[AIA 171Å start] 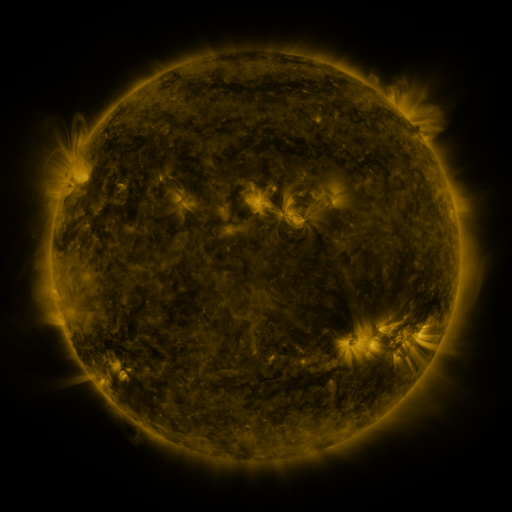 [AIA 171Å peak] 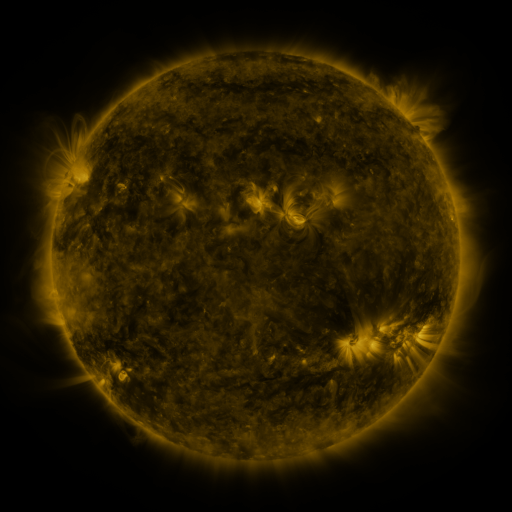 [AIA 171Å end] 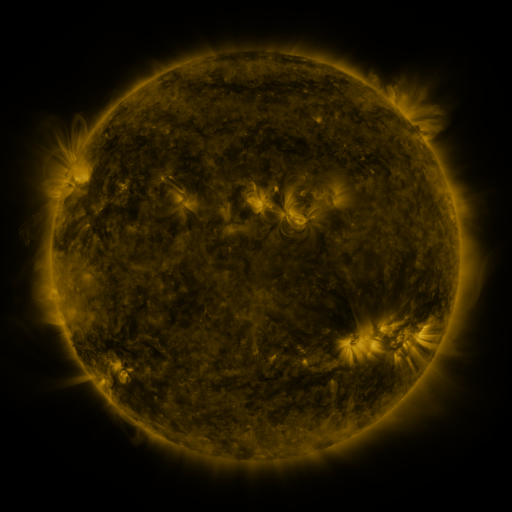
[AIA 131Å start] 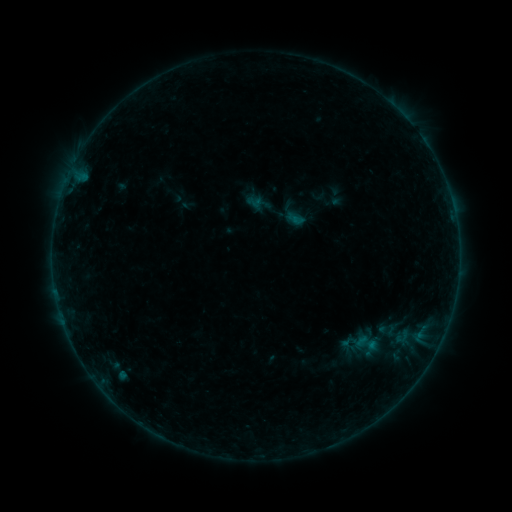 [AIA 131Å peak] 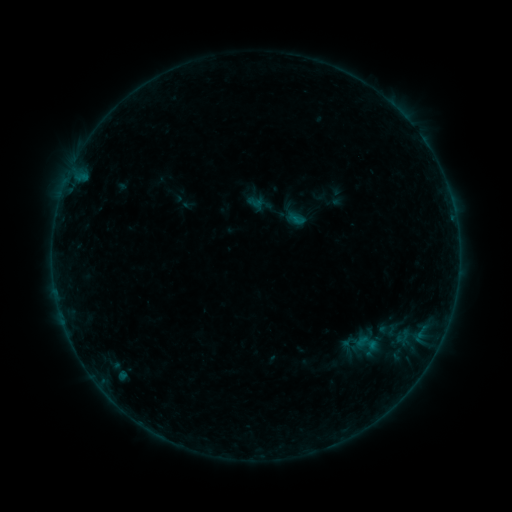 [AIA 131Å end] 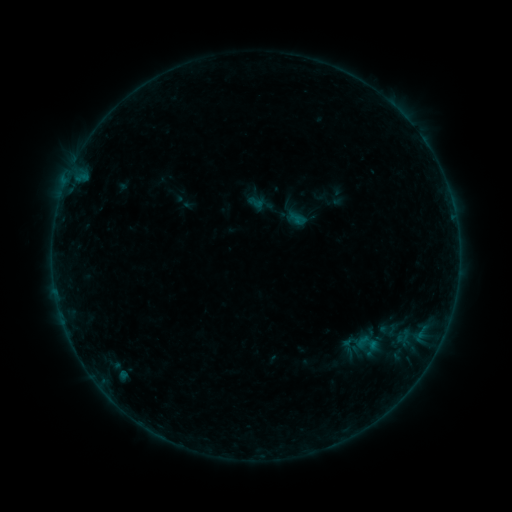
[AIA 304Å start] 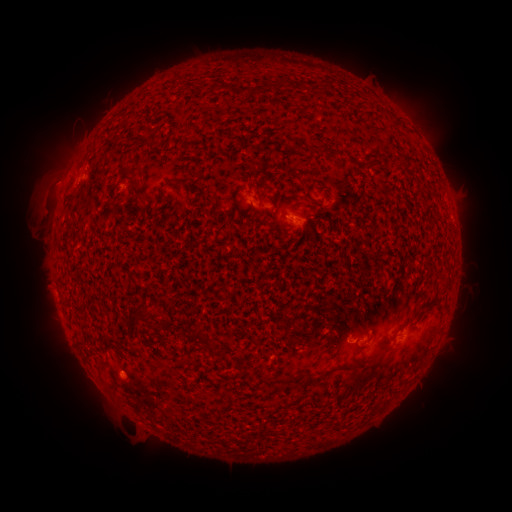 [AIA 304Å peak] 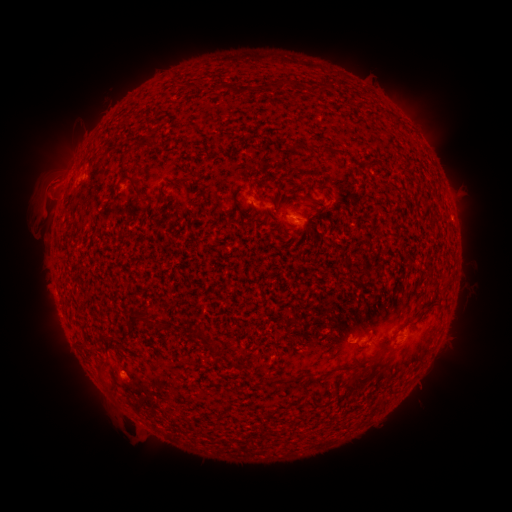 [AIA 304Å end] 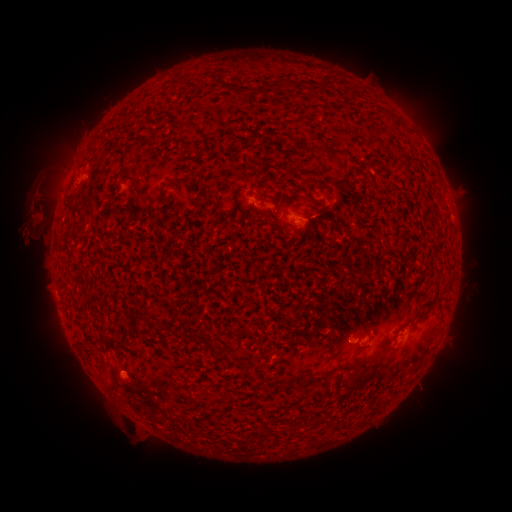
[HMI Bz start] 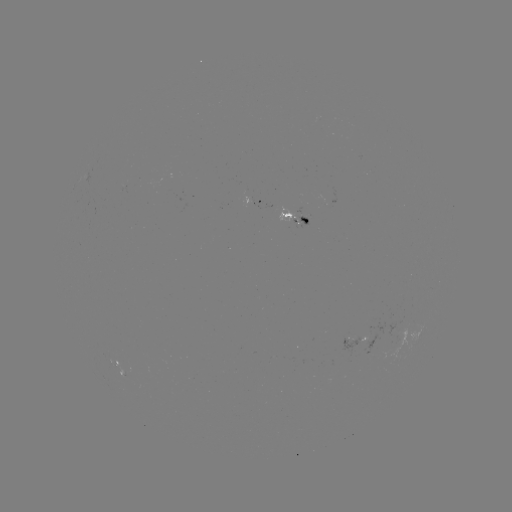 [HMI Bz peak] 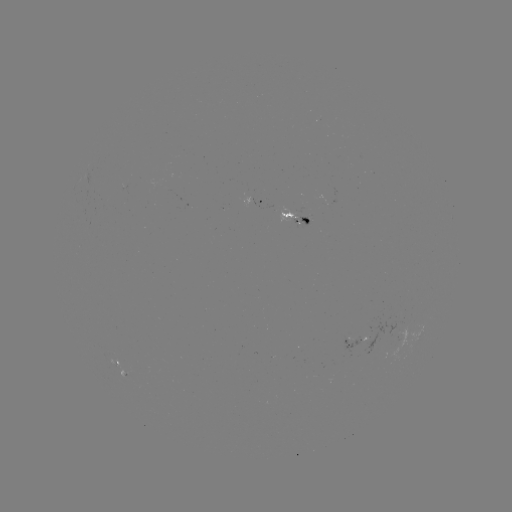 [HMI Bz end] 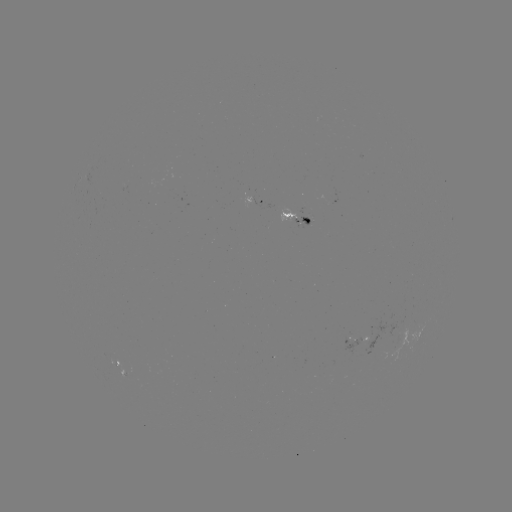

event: eruption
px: (47, 185)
